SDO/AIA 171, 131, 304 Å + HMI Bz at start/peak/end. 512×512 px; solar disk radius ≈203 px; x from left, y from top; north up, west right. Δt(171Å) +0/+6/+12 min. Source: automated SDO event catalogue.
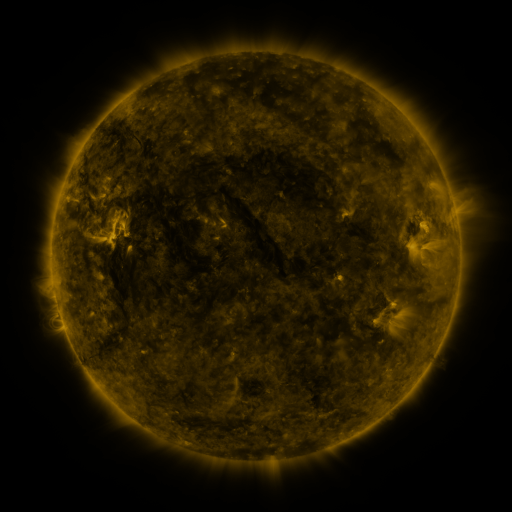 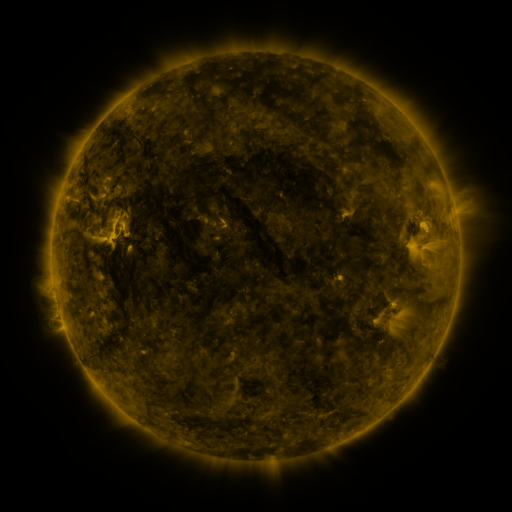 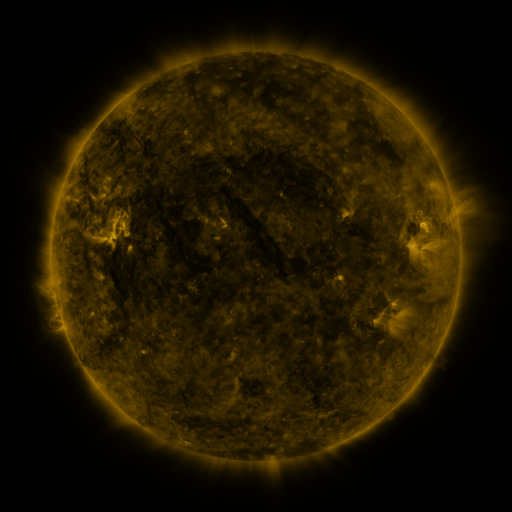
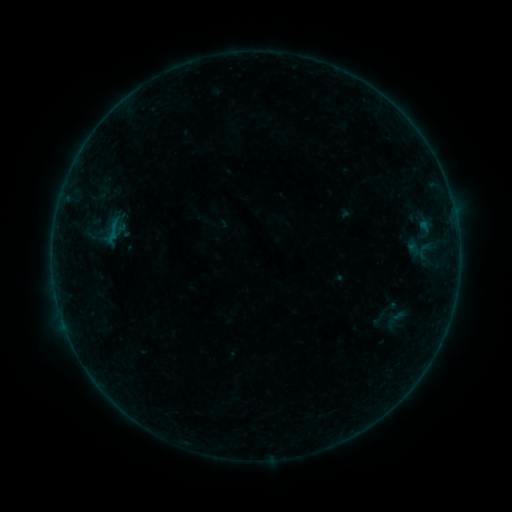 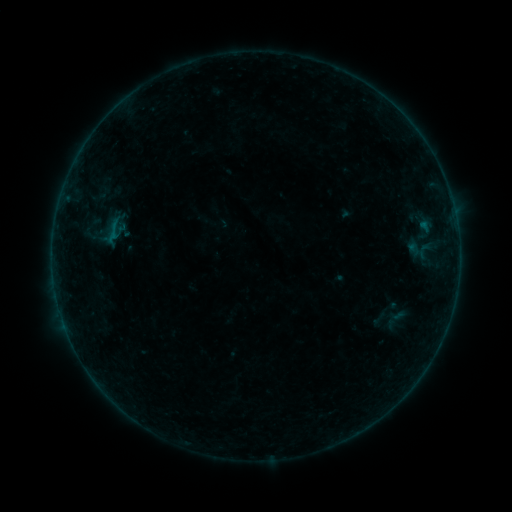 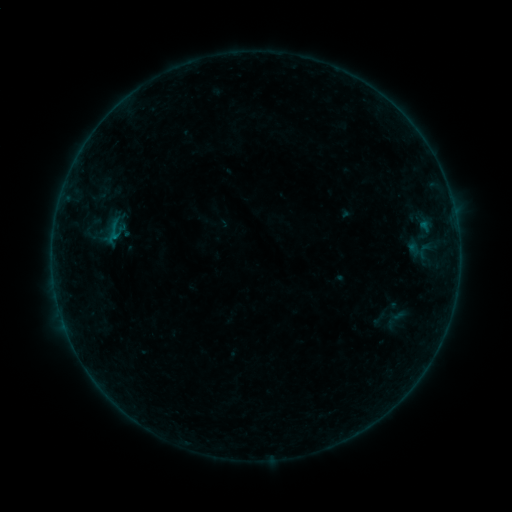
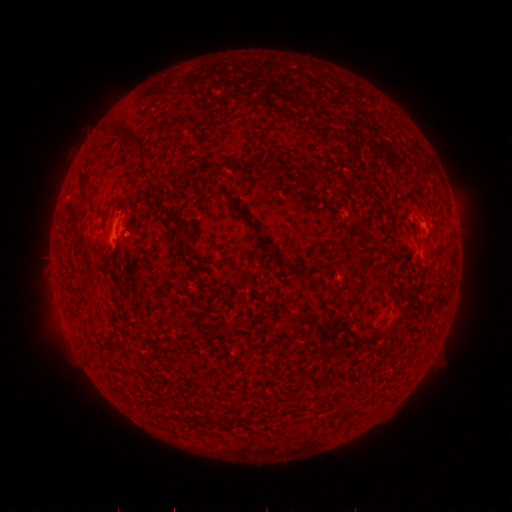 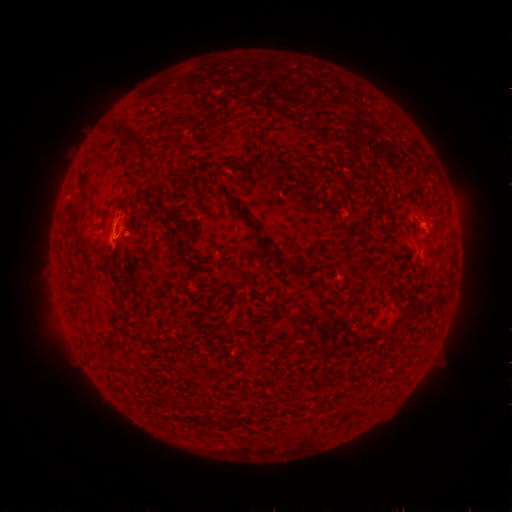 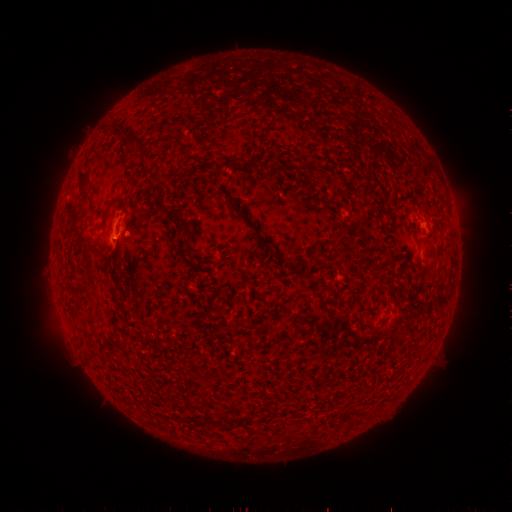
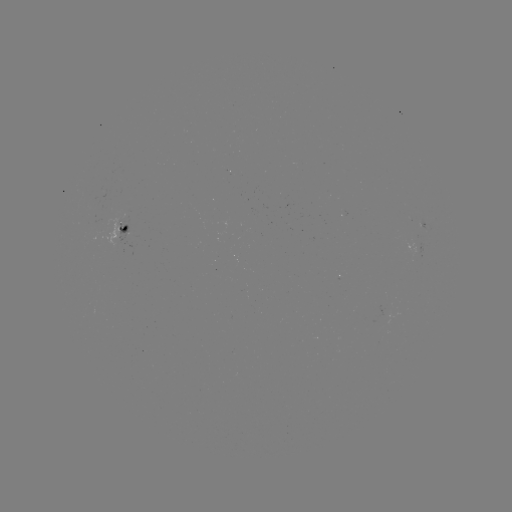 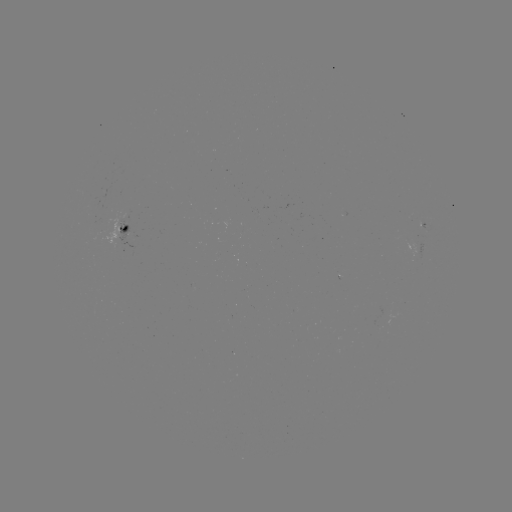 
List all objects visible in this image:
B1.8 flare: (117, 238)
